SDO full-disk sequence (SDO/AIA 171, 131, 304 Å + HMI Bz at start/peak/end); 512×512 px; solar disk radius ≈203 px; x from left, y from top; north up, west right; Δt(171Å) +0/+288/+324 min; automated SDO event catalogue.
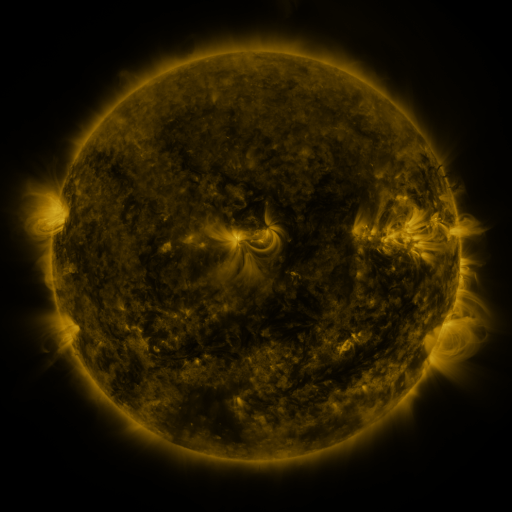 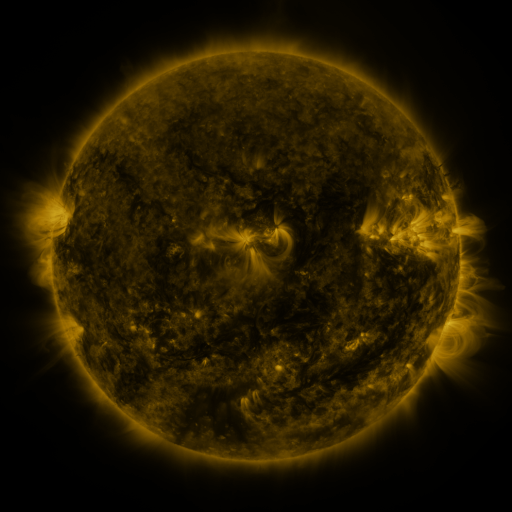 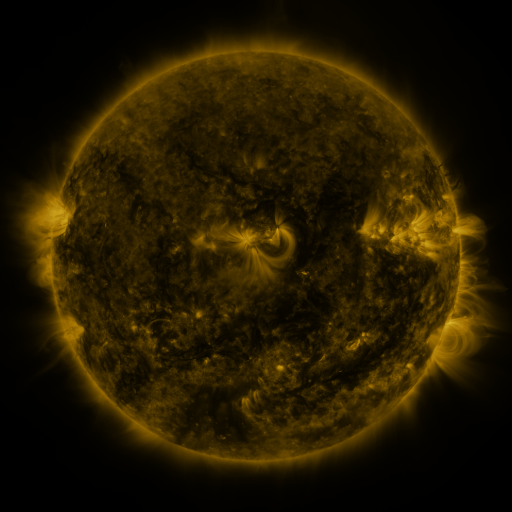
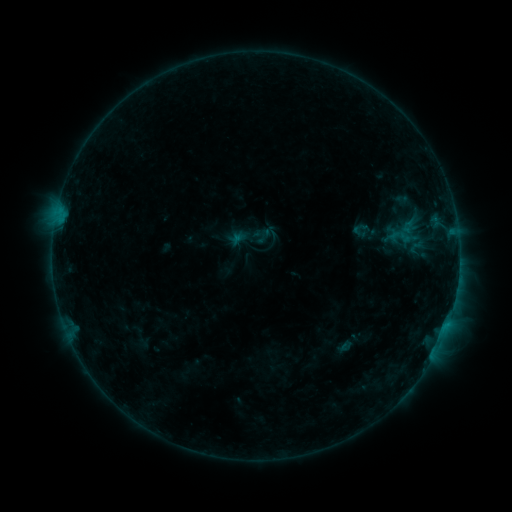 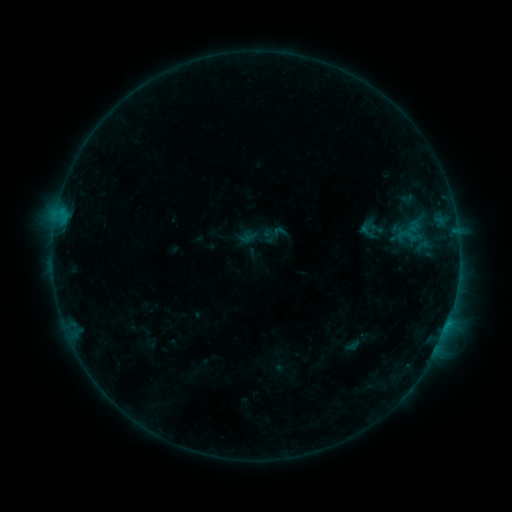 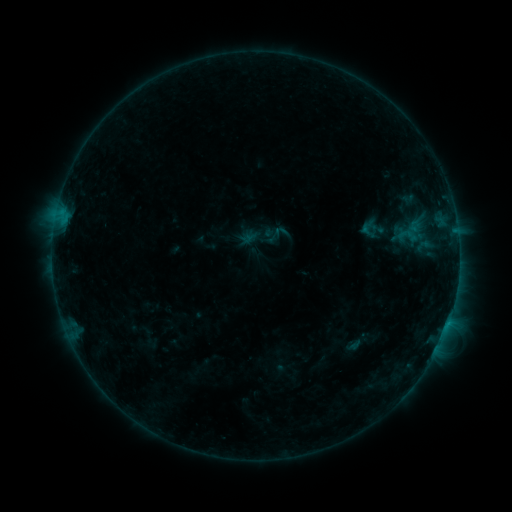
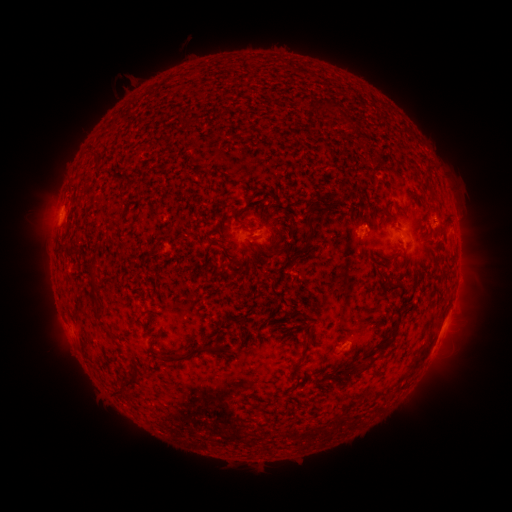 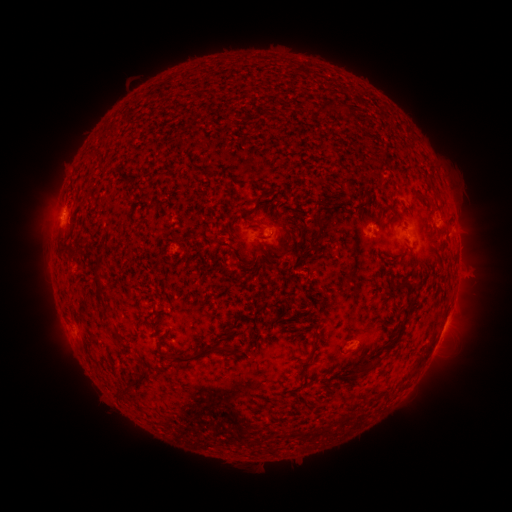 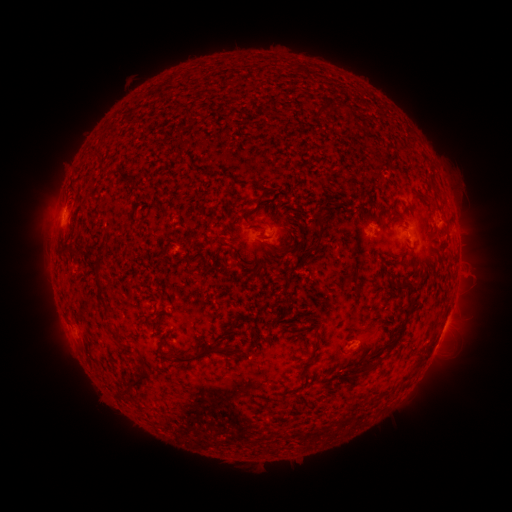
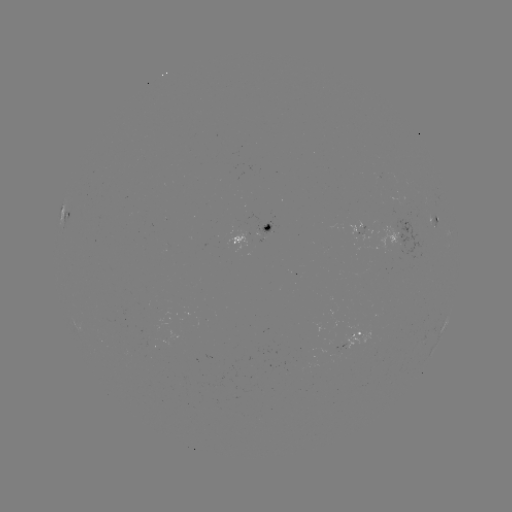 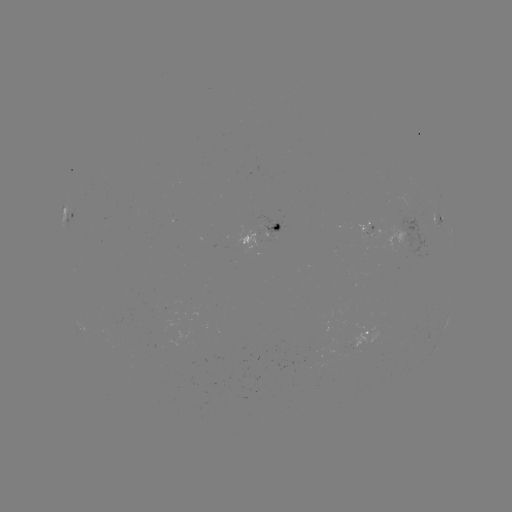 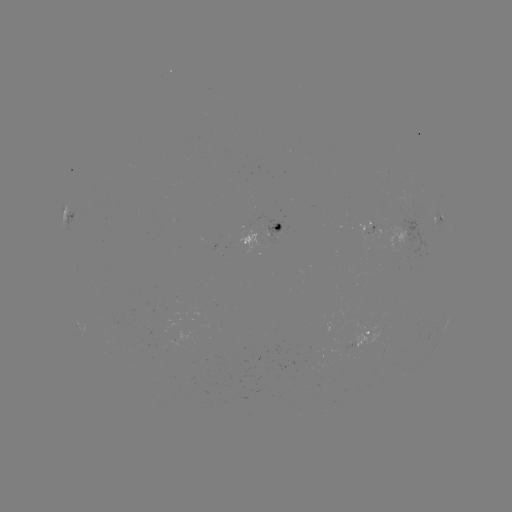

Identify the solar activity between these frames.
emerging-flux region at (275, 232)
